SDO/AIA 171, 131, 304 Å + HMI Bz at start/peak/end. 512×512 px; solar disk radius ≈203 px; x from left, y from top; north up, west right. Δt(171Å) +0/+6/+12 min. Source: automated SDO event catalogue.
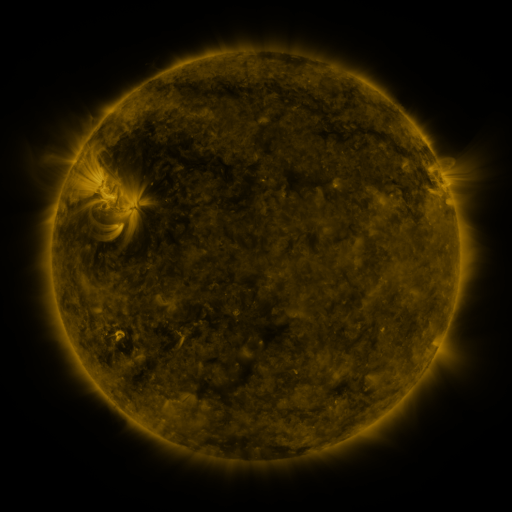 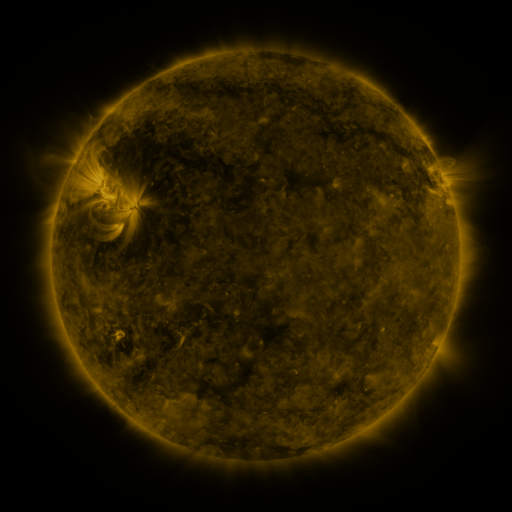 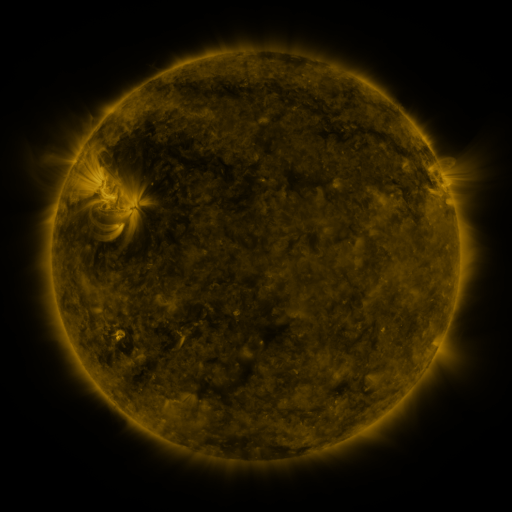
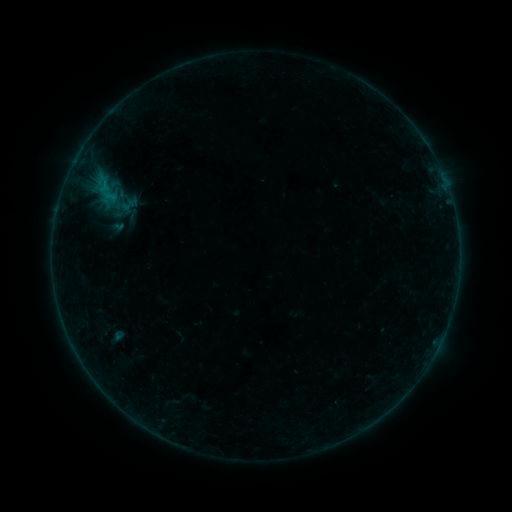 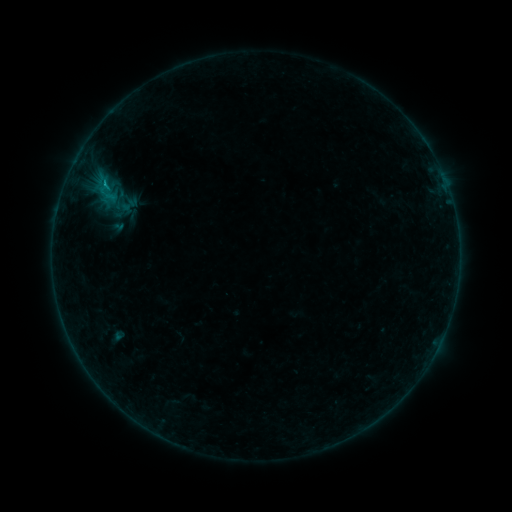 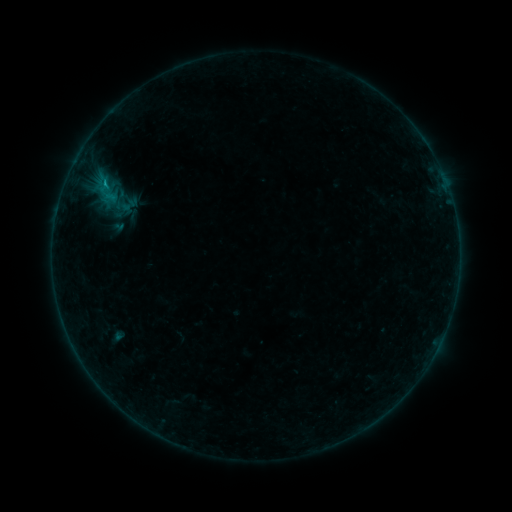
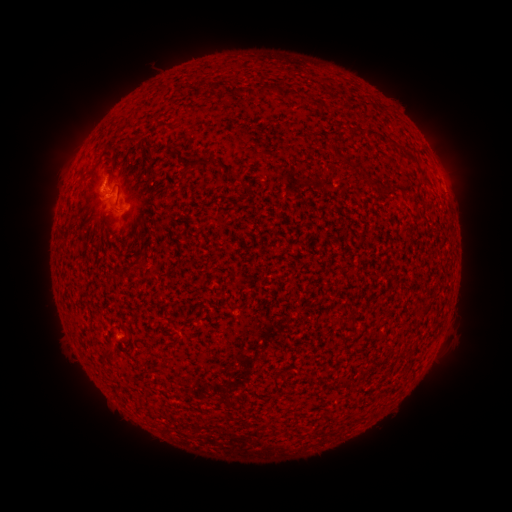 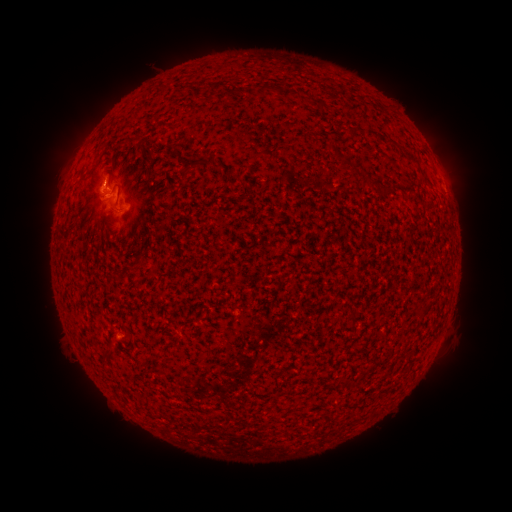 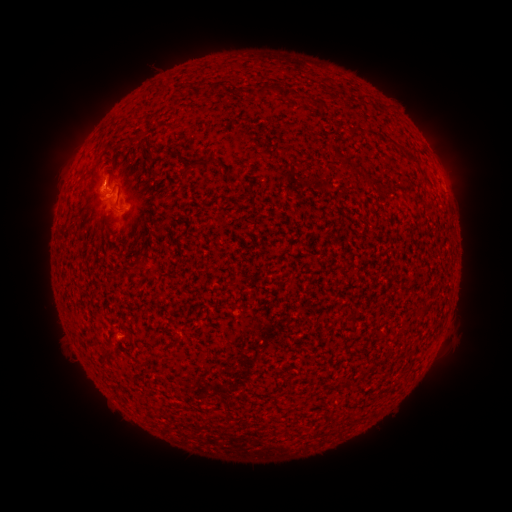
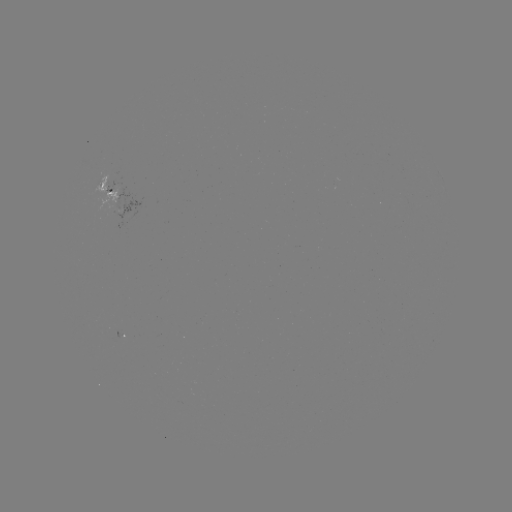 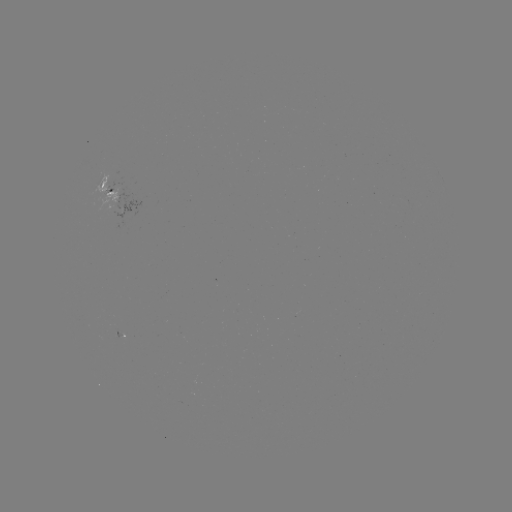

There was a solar flare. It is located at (105, 187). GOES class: B4.2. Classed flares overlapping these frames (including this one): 1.